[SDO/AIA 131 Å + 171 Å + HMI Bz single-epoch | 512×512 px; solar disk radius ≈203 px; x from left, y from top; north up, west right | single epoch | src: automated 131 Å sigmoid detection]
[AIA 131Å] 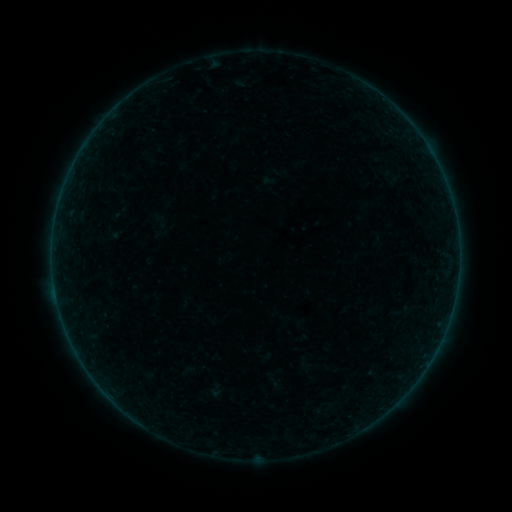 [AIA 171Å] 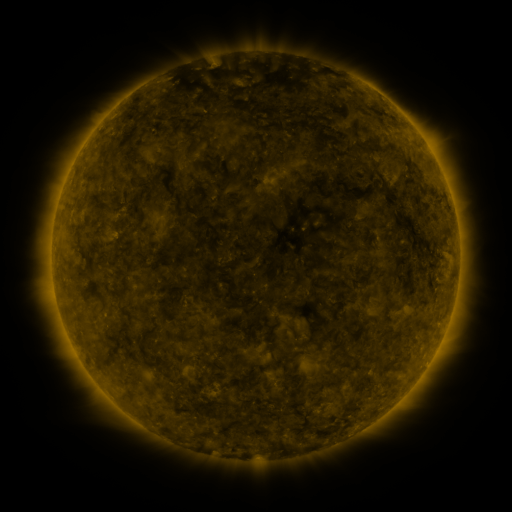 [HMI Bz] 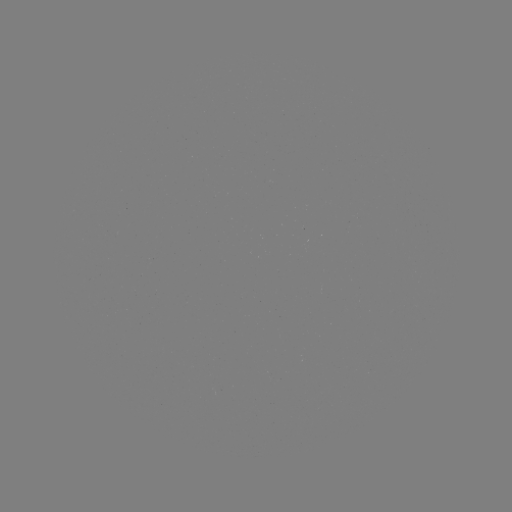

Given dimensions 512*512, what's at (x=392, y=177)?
sigmoid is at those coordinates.